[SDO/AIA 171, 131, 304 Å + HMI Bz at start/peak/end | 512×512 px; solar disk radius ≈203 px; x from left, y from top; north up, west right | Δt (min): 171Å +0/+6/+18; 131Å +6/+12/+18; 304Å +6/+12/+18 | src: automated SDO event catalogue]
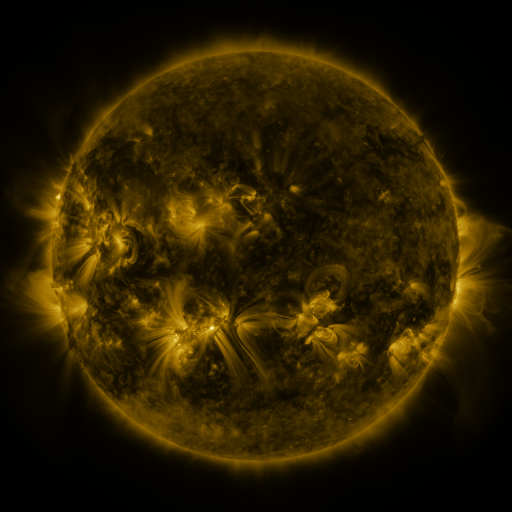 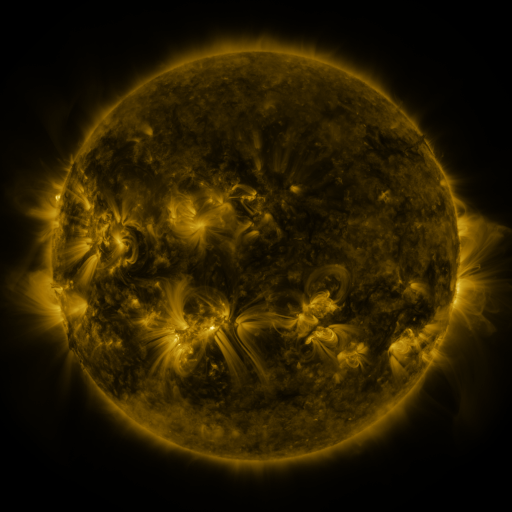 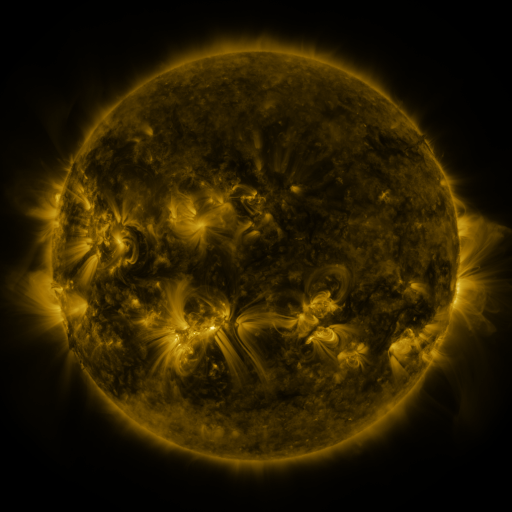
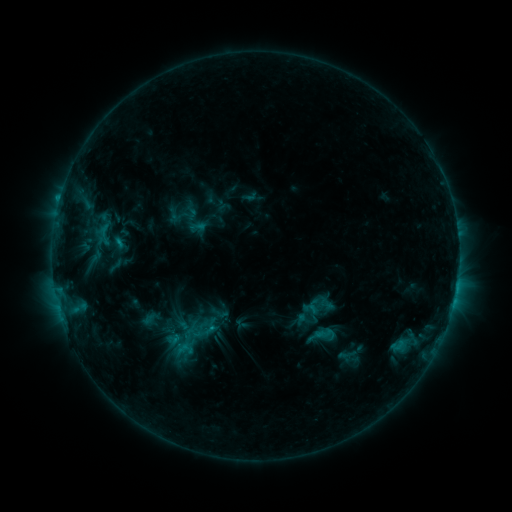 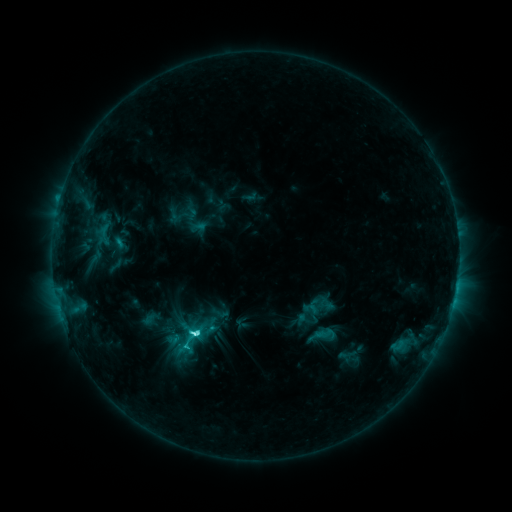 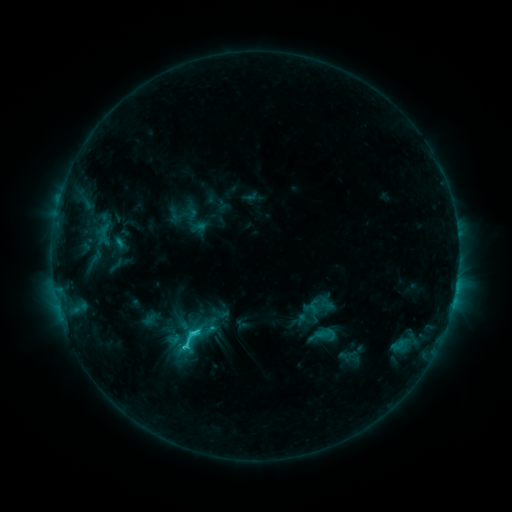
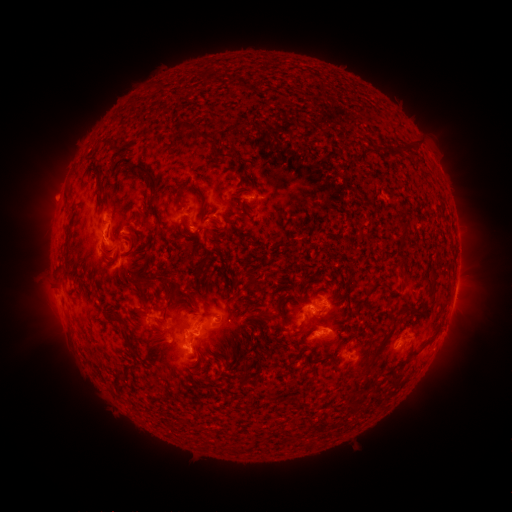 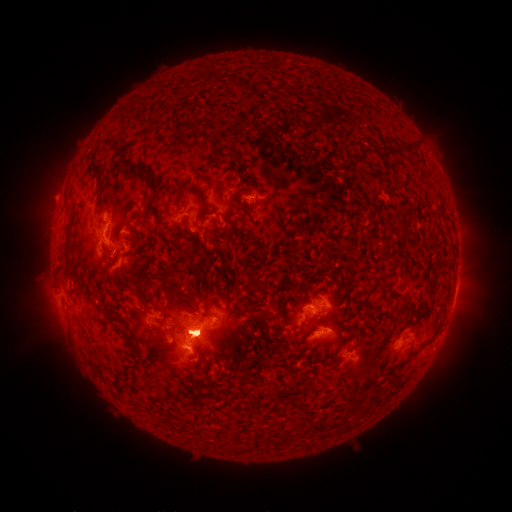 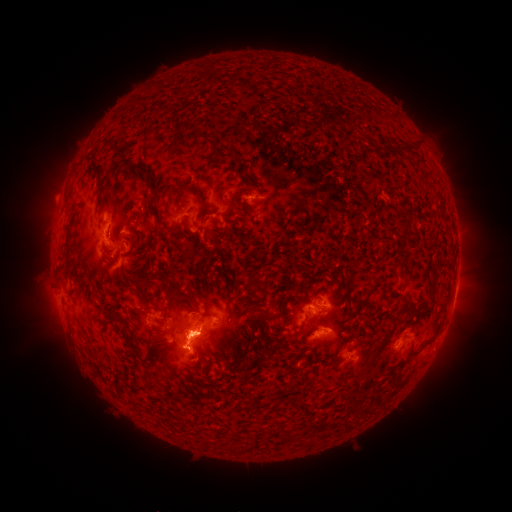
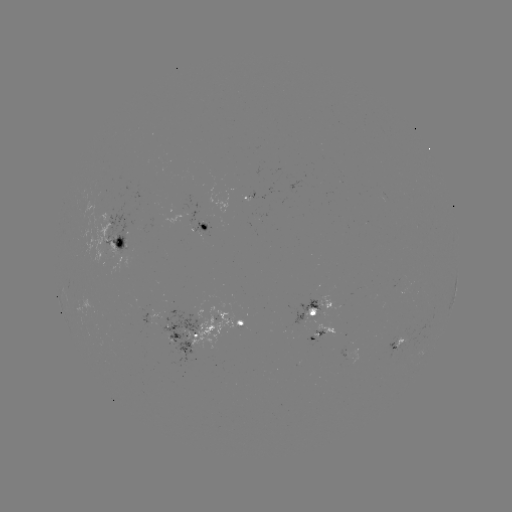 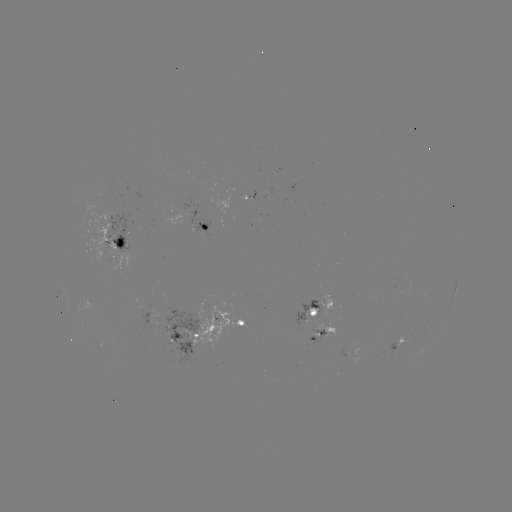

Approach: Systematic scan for C7.5 flare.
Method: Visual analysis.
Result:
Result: C7.5 flare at [199, 331].